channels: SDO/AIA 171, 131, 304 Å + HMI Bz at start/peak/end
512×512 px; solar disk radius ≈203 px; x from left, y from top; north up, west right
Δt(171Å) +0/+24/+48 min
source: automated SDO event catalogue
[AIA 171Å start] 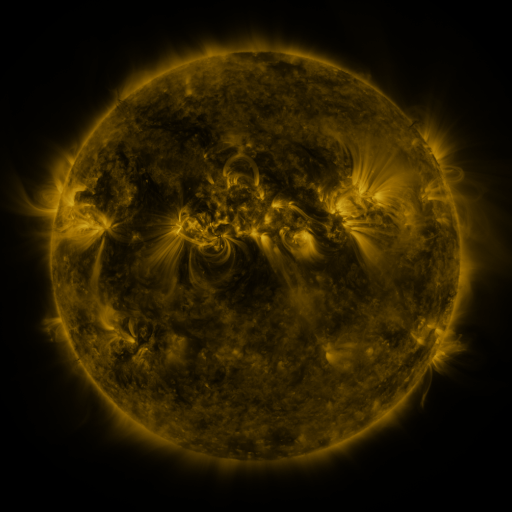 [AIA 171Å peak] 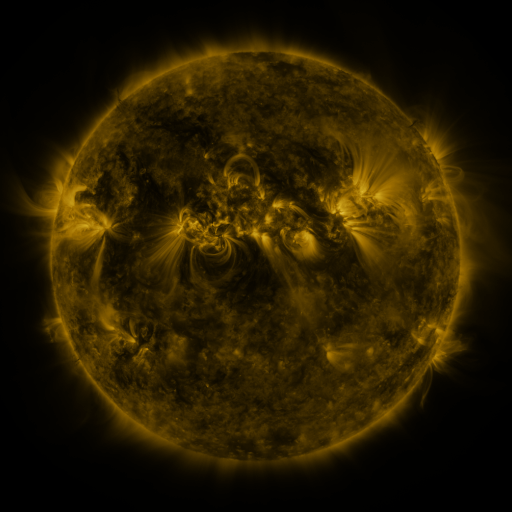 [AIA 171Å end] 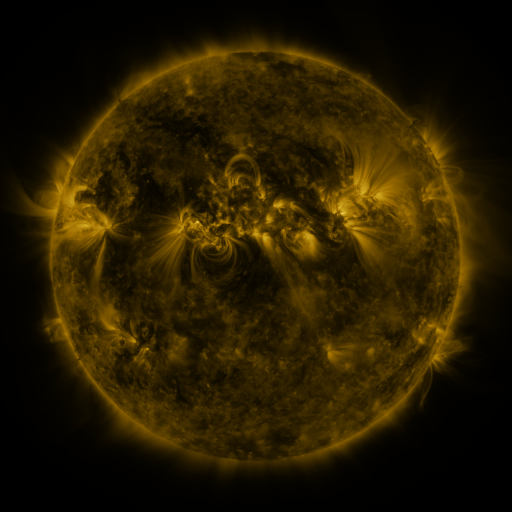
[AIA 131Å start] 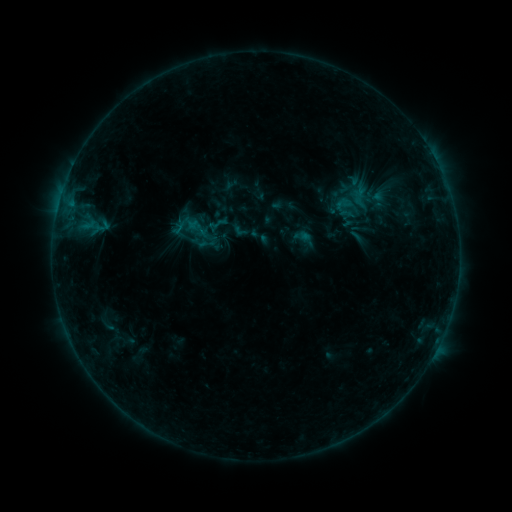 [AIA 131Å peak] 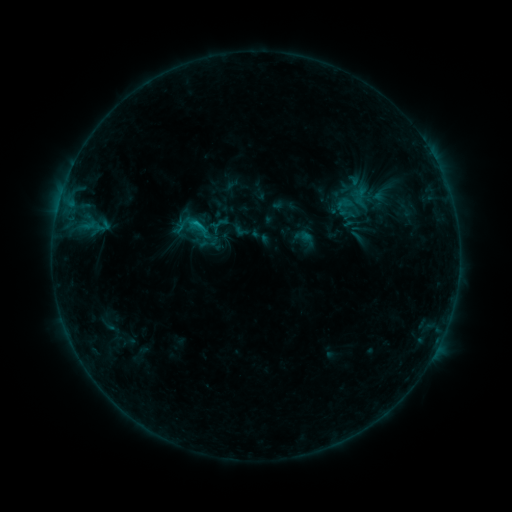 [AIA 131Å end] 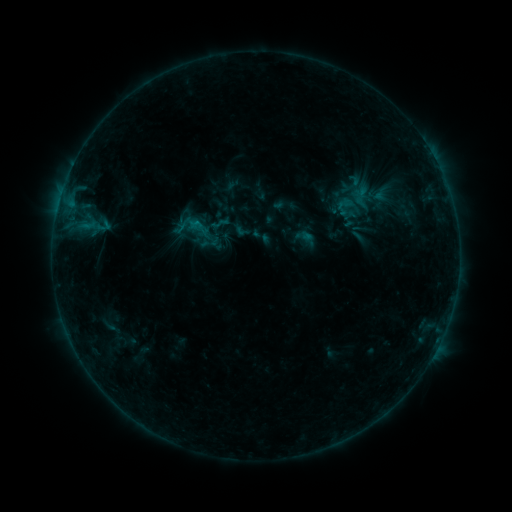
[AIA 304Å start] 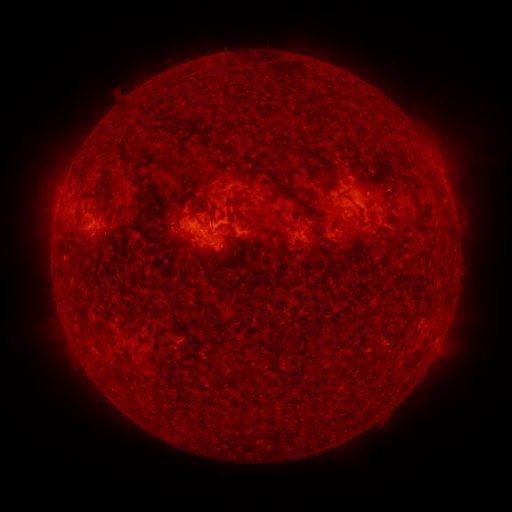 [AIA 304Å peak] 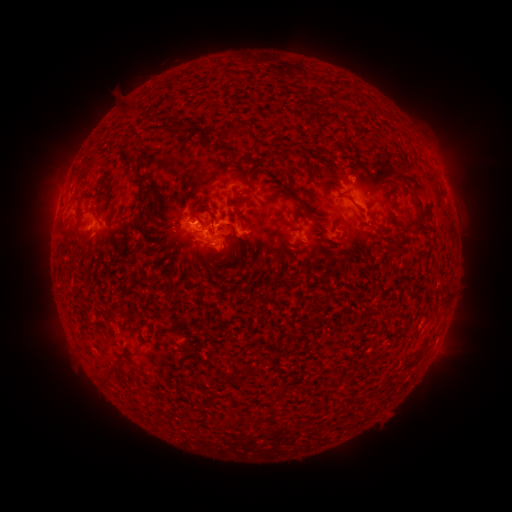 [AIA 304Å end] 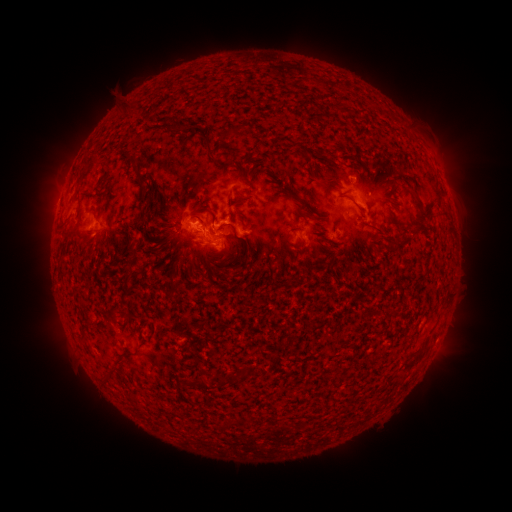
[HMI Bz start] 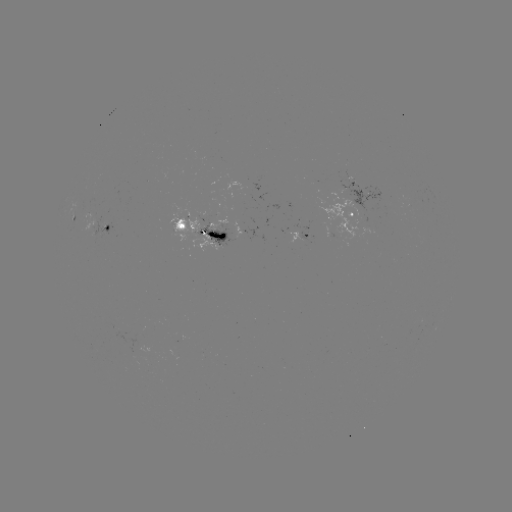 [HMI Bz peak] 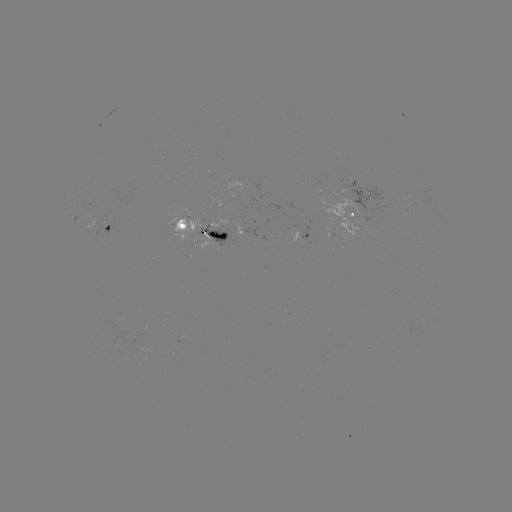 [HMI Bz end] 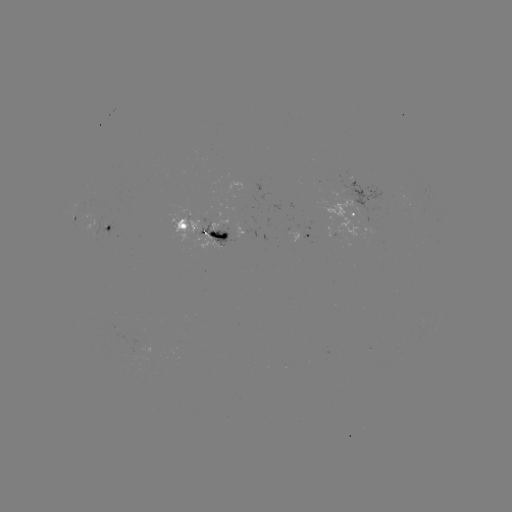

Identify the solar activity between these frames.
B8.9 flare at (198, 226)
